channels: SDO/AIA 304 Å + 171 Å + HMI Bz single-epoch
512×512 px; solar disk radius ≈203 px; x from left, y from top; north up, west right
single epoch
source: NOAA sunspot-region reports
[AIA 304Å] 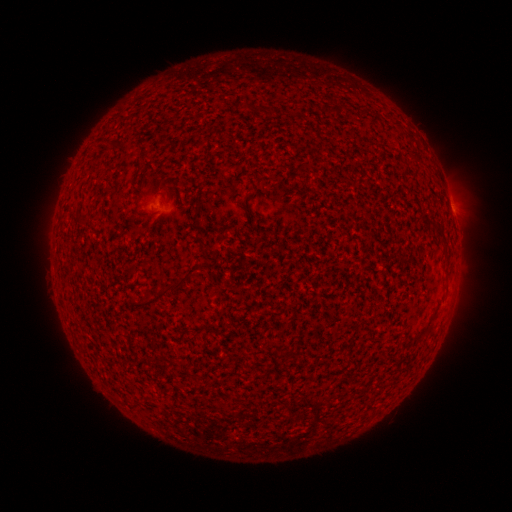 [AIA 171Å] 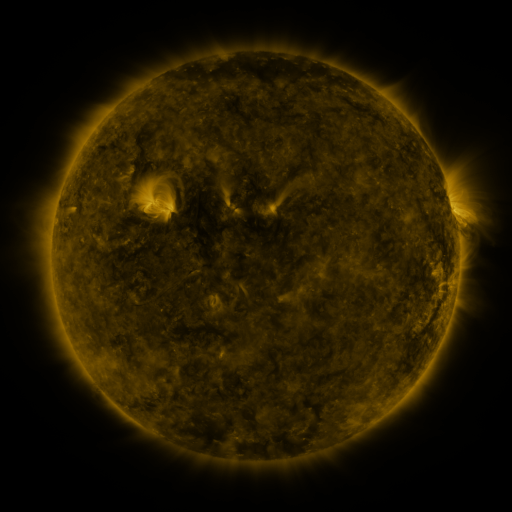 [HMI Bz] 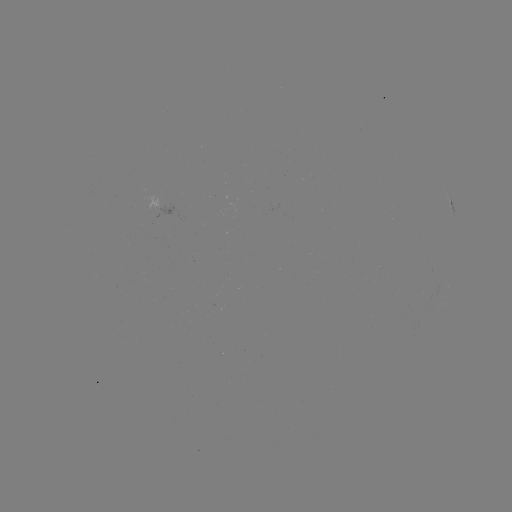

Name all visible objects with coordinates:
spotted active region: (453, 210)
